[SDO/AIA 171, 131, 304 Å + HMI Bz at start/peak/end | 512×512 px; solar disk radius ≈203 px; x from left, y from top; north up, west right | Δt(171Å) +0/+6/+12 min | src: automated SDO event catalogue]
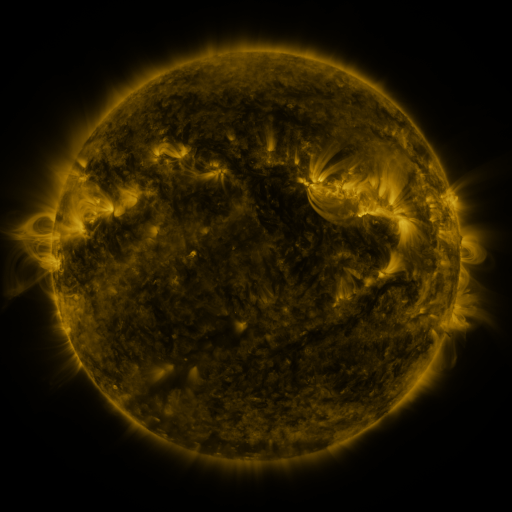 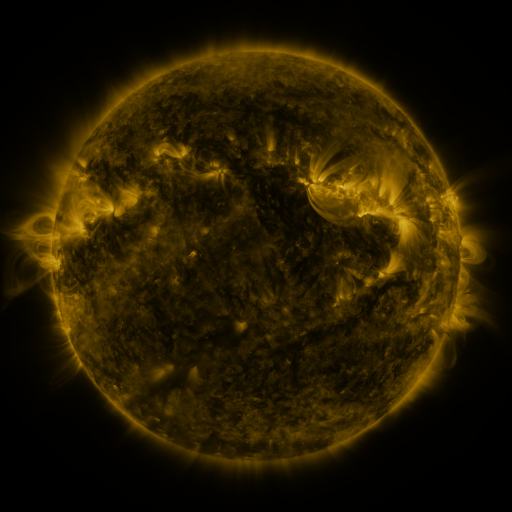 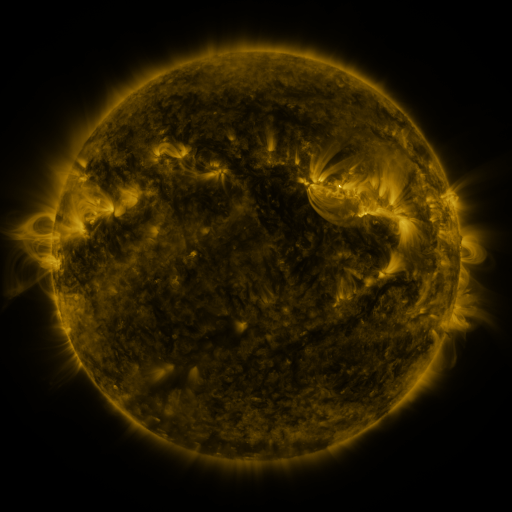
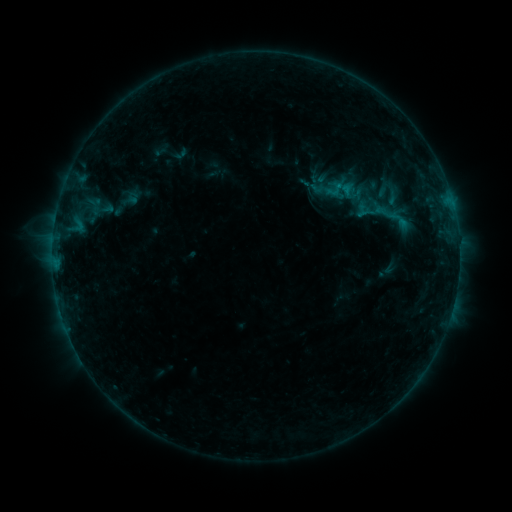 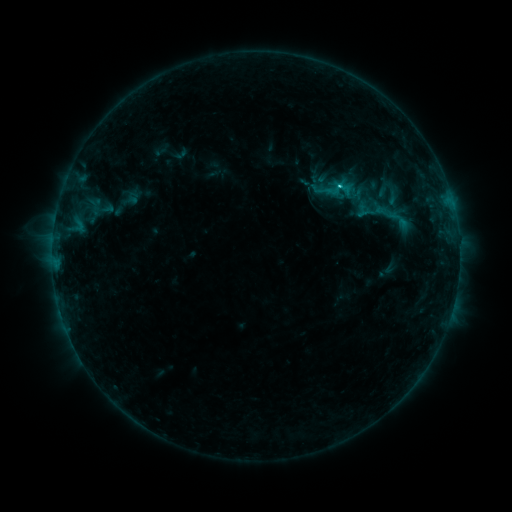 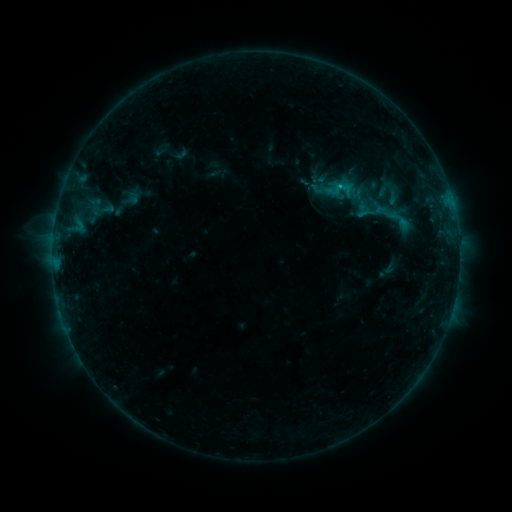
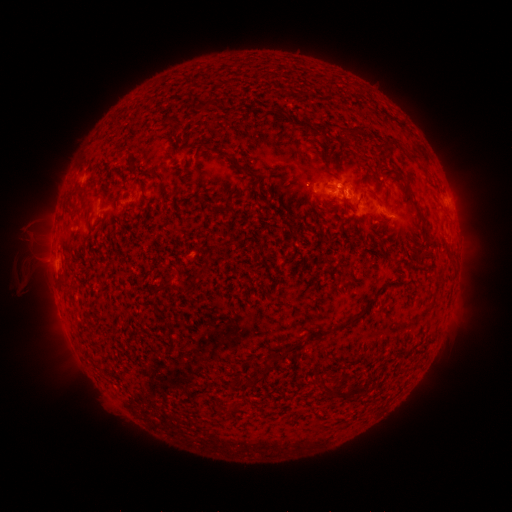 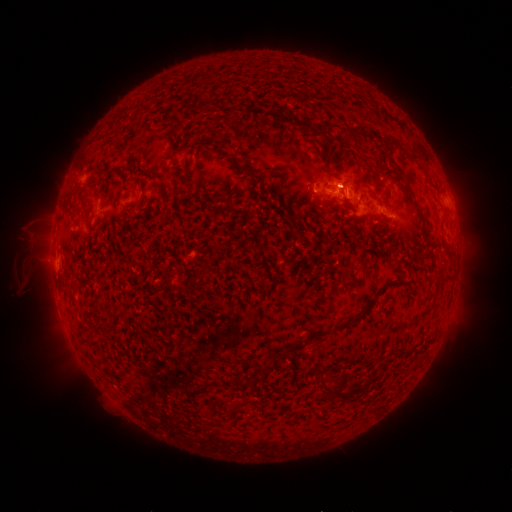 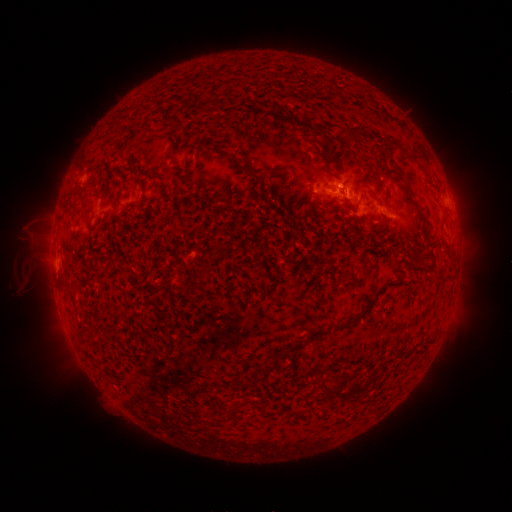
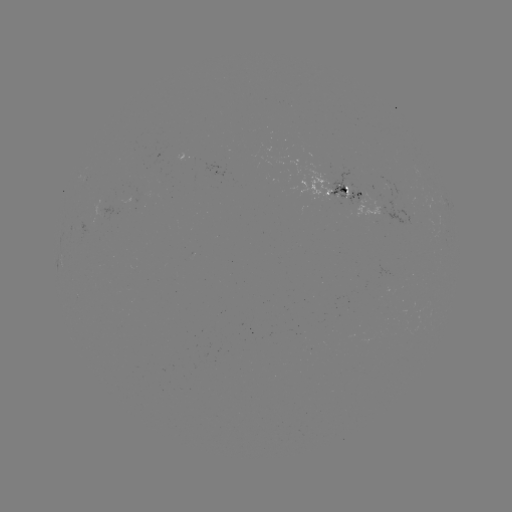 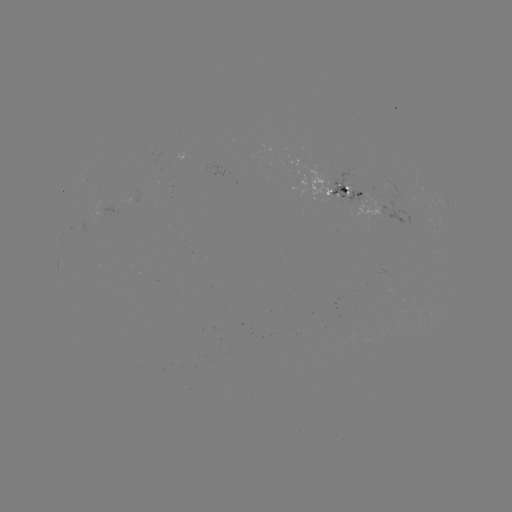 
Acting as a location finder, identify C1.3 flare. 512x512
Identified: (339, 189).